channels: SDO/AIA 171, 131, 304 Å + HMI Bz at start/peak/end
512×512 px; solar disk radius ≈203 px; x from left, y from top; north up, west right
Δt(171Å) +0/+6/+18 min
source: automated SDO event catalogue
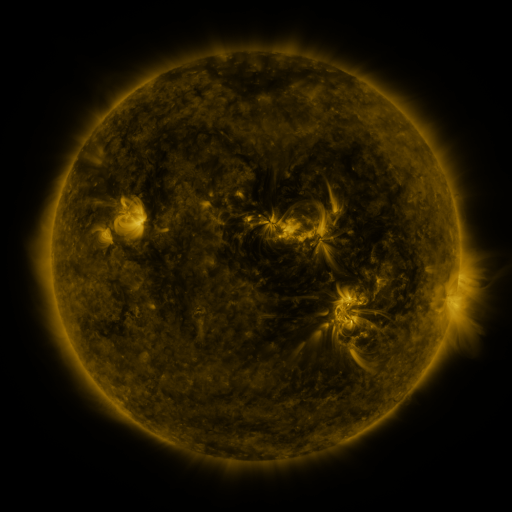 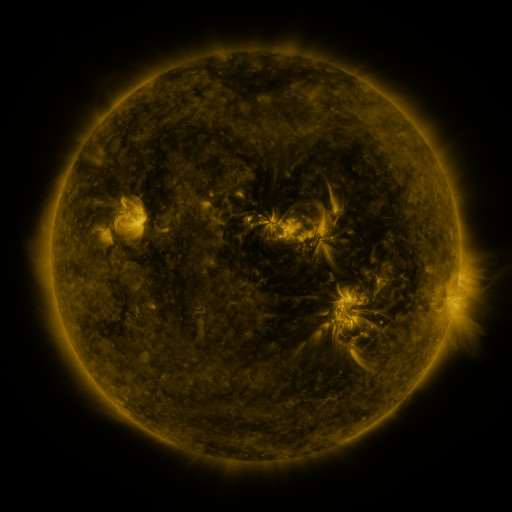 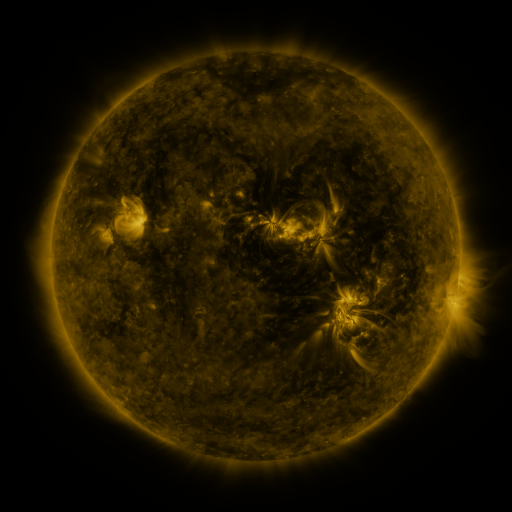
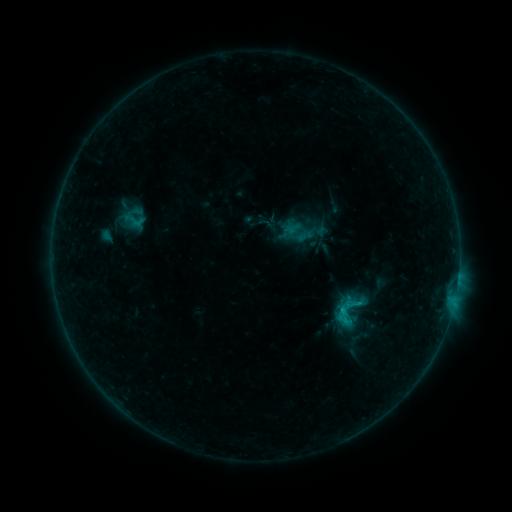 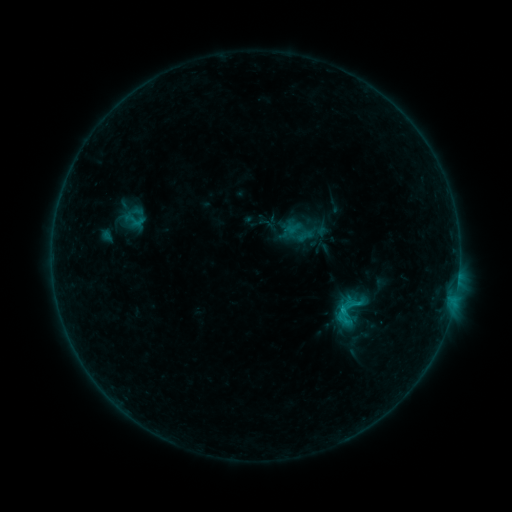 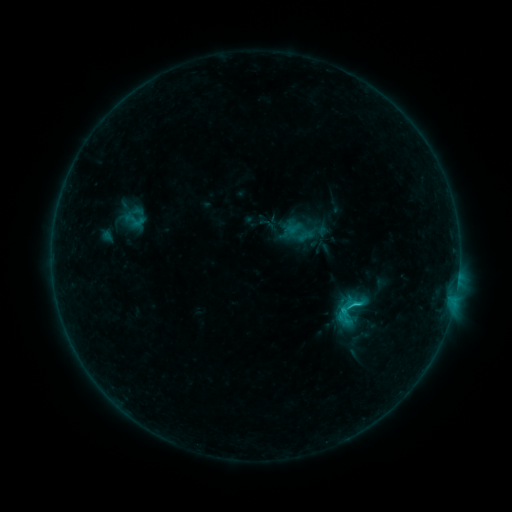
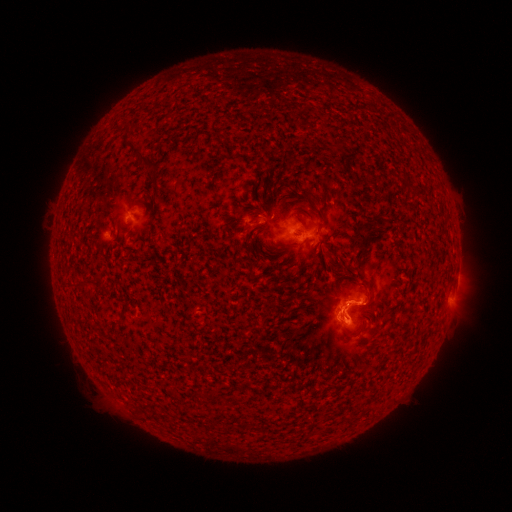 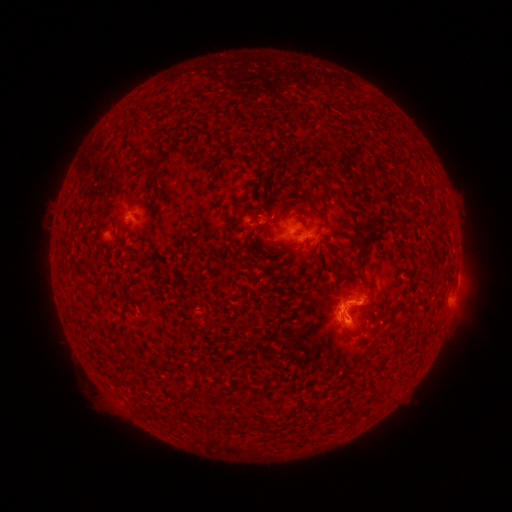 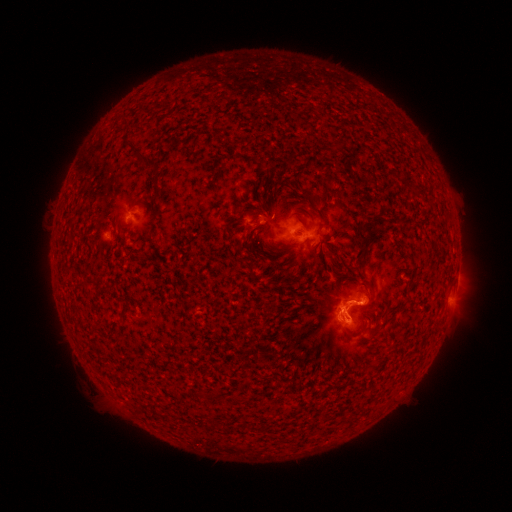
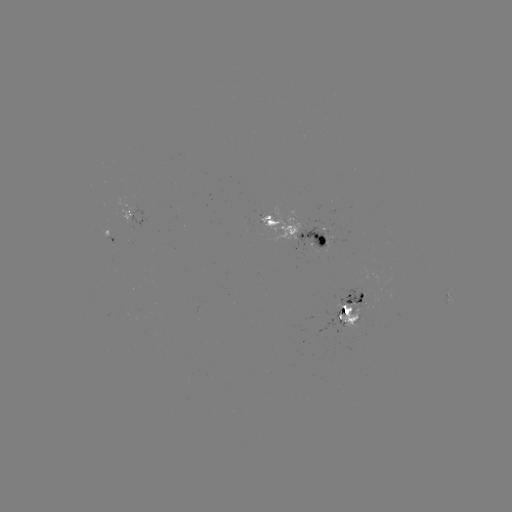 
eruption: (346, 282, 387, 326)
